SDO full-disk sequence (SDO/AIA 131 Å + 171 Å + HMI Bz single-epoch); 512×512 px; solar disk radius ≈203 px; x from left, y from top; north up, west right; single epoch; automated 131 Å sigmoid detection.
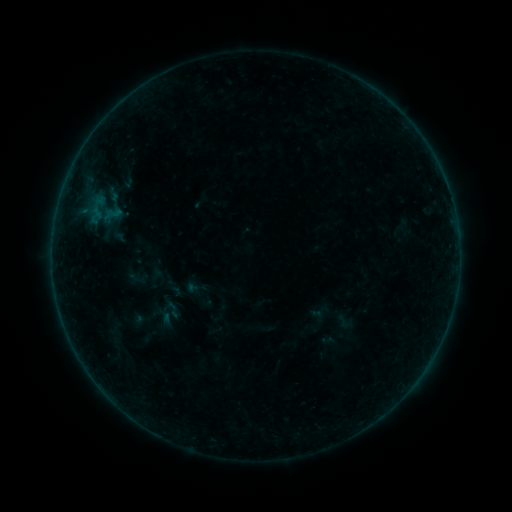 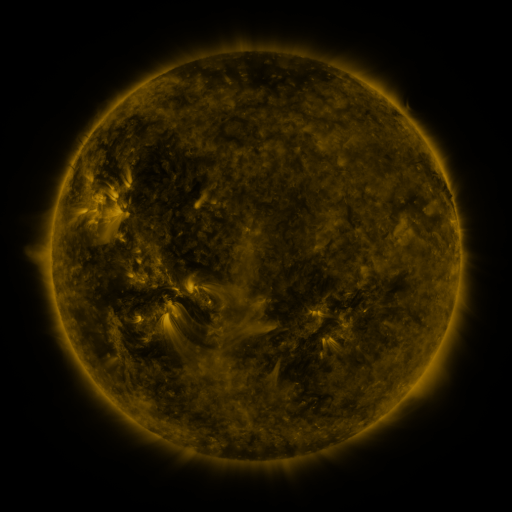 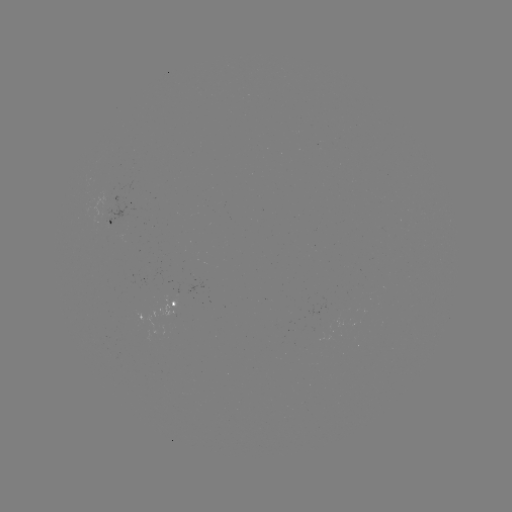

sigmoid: <bbox>335, 313, 352, 330</bbox>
